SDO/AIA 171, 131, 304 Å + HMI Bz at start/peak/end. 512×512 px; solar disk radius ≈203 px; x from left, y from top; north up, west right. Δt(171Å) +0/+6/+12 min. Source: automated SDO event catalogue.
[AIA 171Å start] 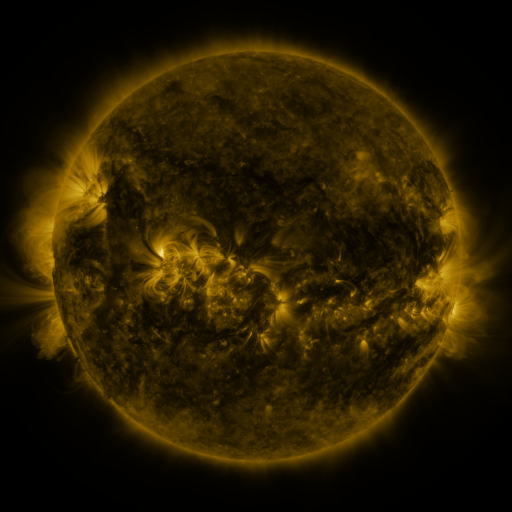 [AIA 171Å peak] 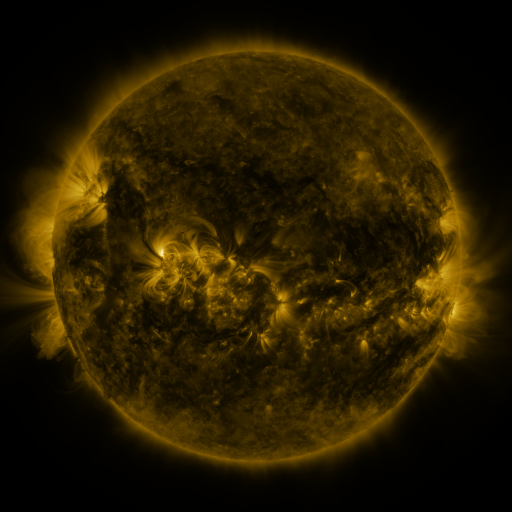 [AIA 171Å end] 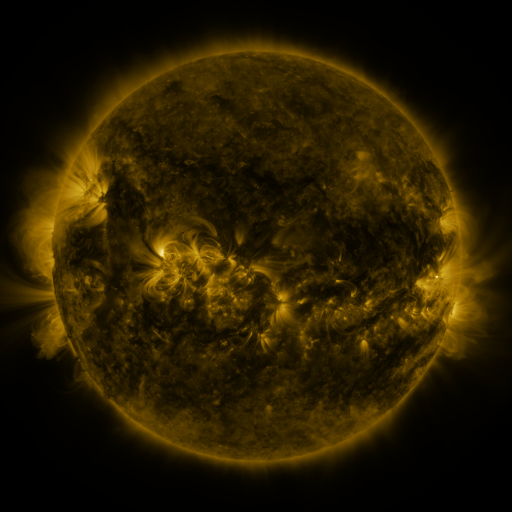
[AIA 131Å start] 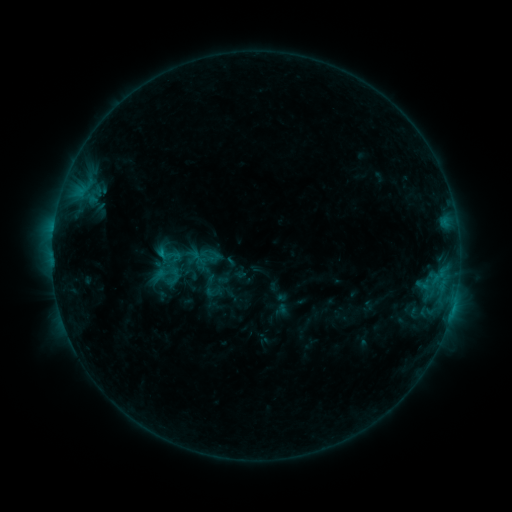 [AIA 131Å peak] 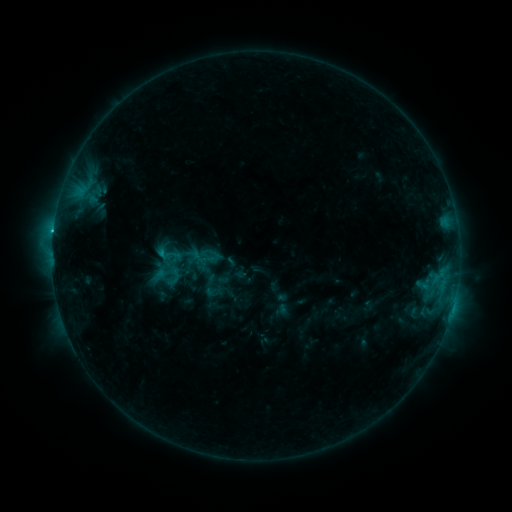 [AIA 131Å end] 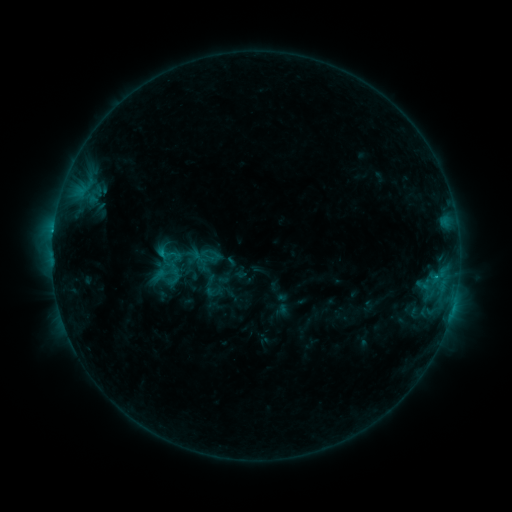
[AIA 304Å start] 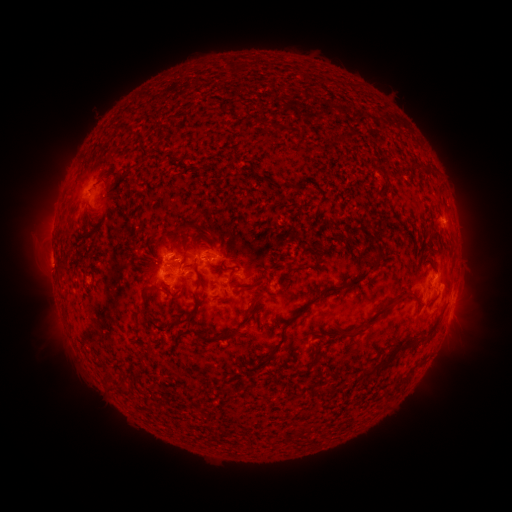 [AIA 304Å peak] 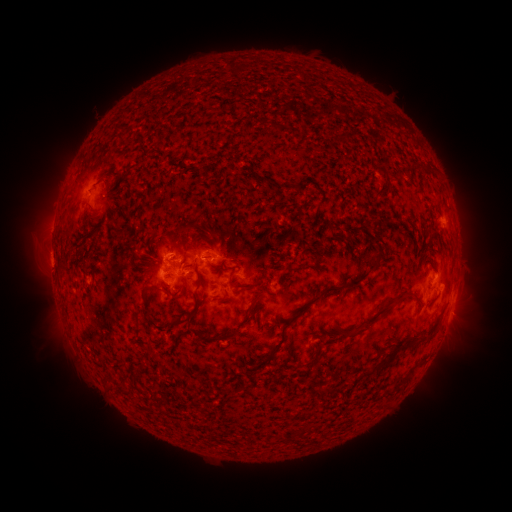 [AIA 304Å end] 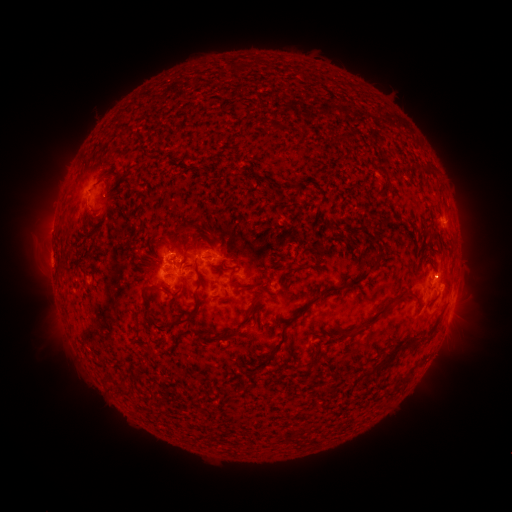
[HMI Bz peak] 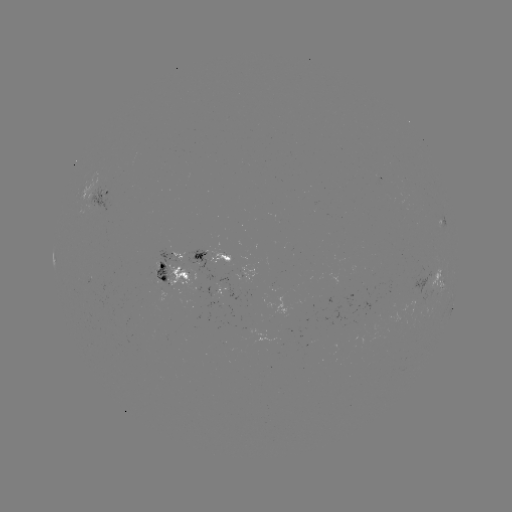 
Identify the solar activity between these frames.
C1.8 flare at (54, 234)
